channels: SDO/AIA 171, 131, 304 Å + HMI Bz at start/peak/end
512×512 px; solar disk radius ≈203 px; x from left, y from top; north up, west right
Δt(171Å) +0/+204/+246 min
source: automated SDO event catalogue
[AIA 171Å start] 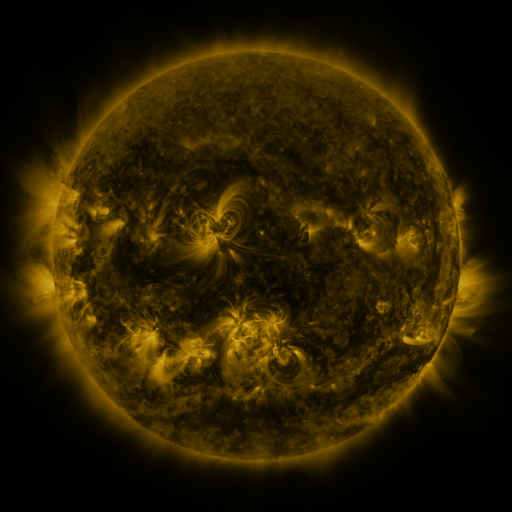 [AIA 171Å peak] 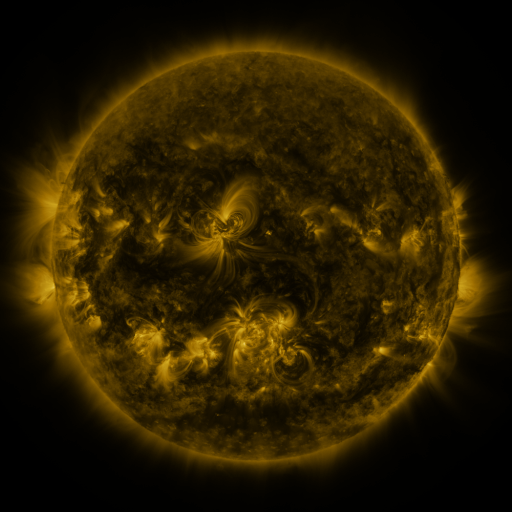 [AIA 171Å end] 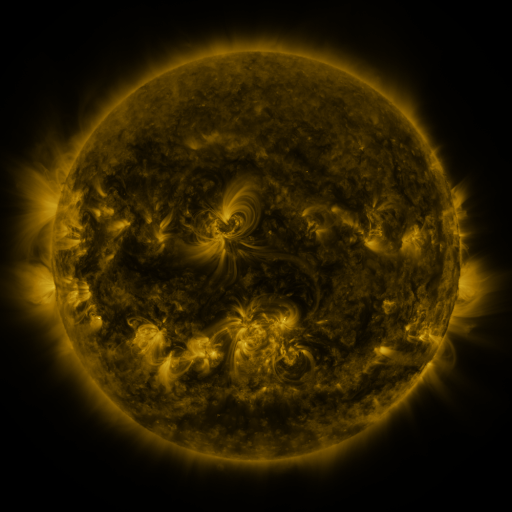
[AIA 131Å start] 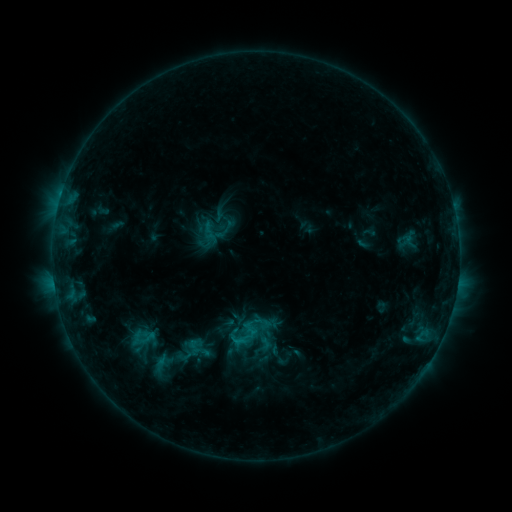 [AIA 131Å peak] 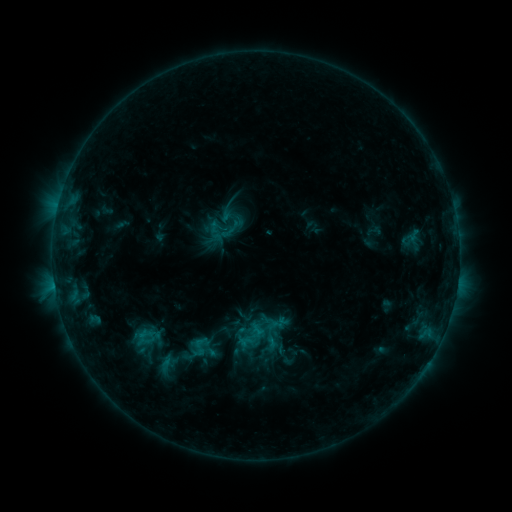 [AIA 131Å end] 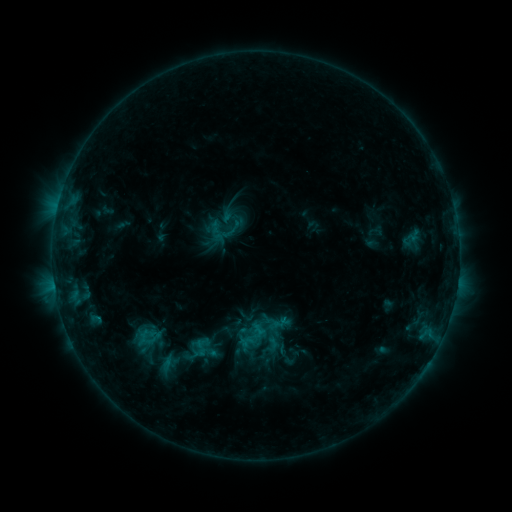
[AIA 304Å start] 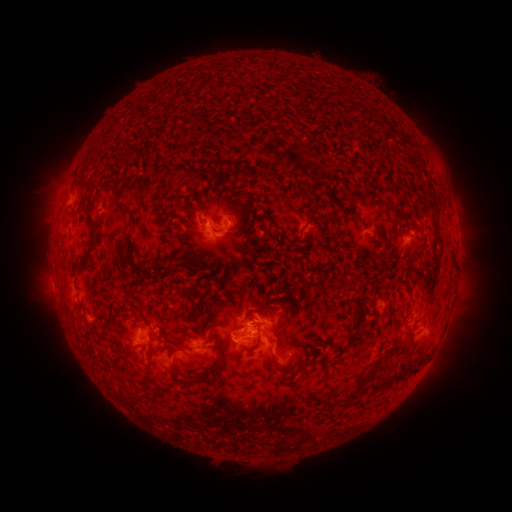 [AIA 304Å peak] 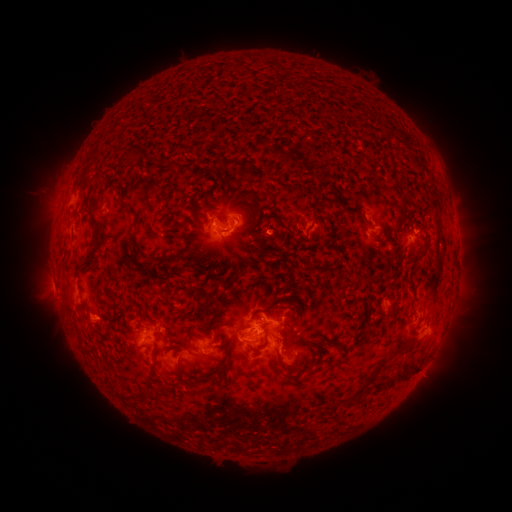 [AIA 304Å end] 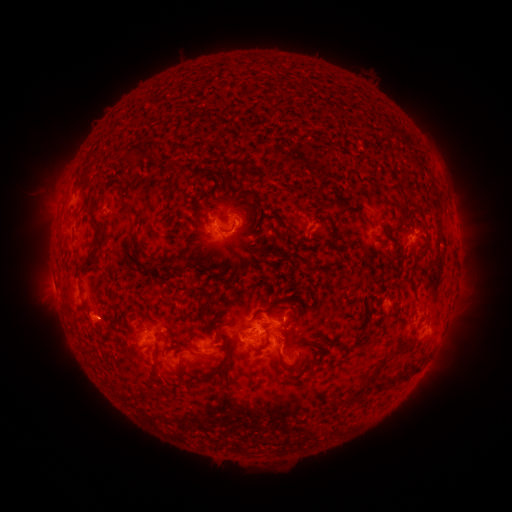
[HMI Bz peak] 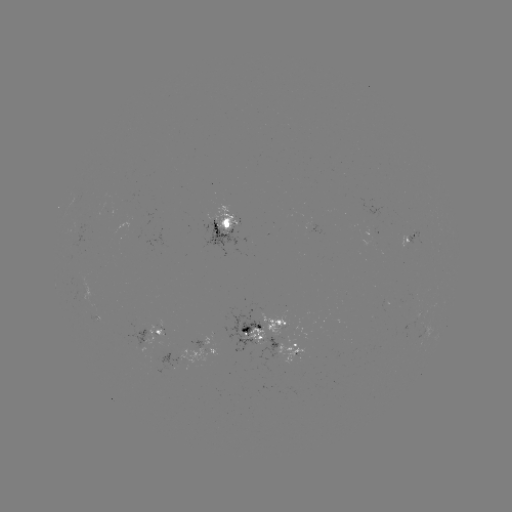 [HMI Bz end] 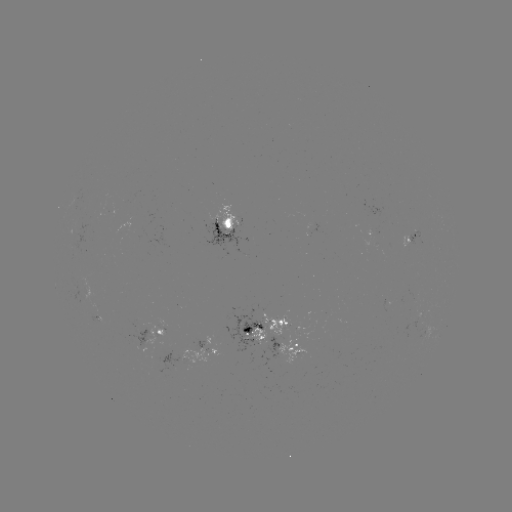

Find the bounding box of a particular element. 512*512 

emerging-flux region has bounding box [87, 312, 104, 326].